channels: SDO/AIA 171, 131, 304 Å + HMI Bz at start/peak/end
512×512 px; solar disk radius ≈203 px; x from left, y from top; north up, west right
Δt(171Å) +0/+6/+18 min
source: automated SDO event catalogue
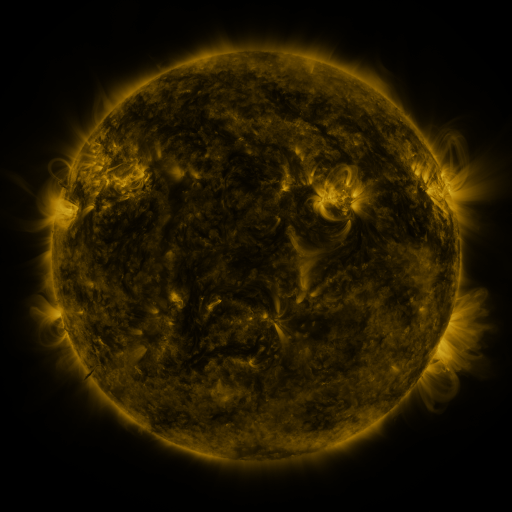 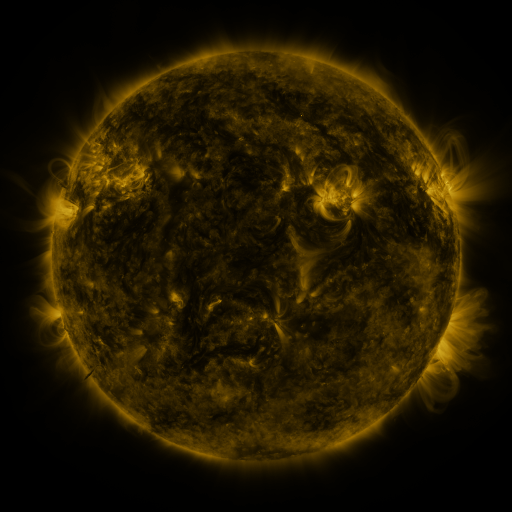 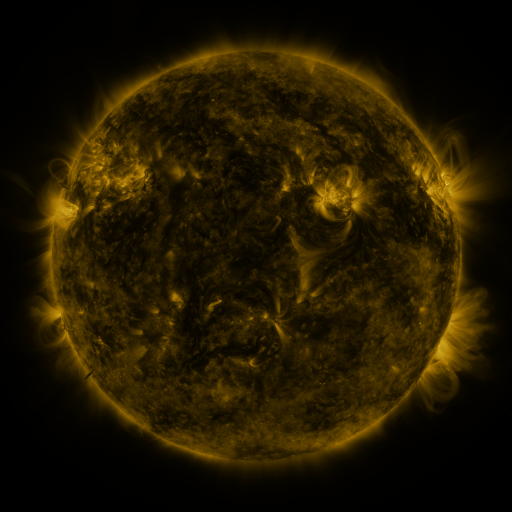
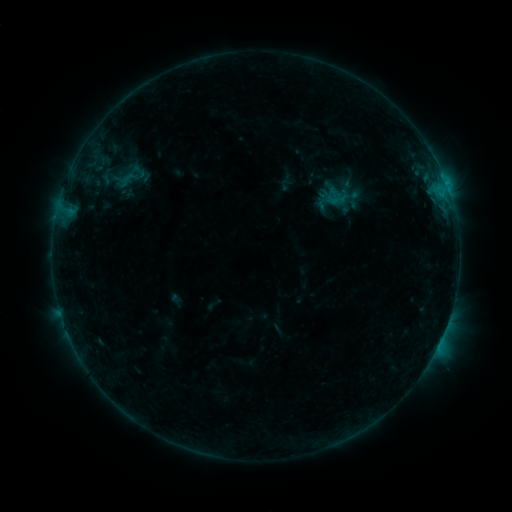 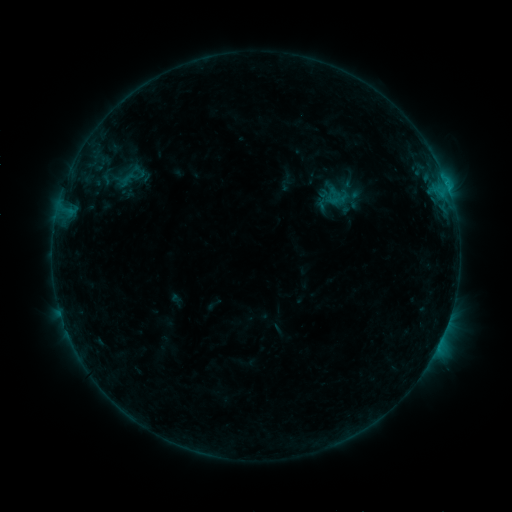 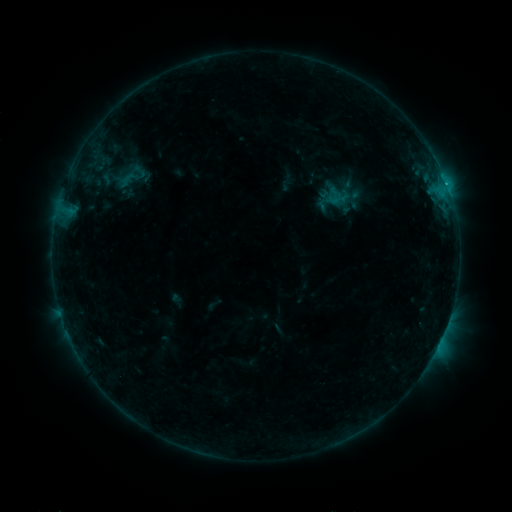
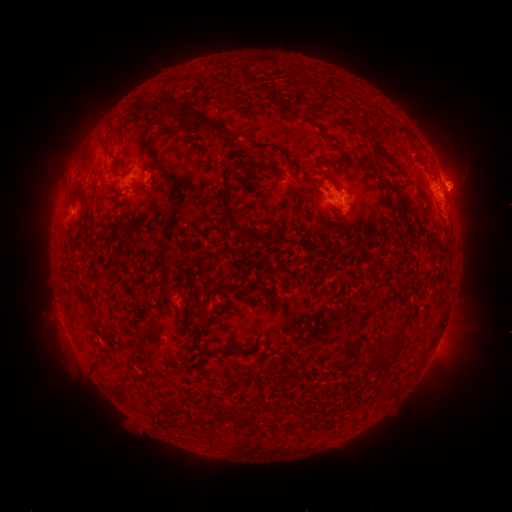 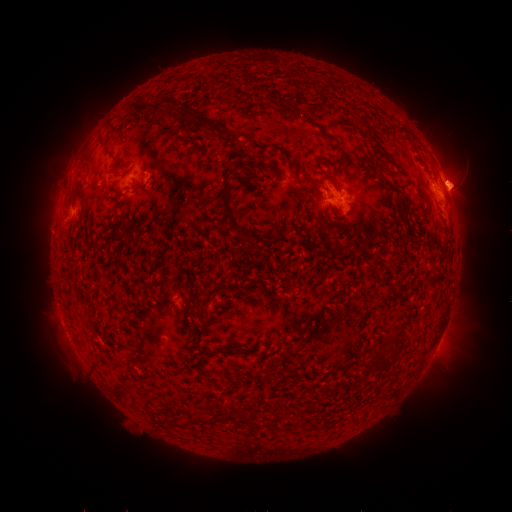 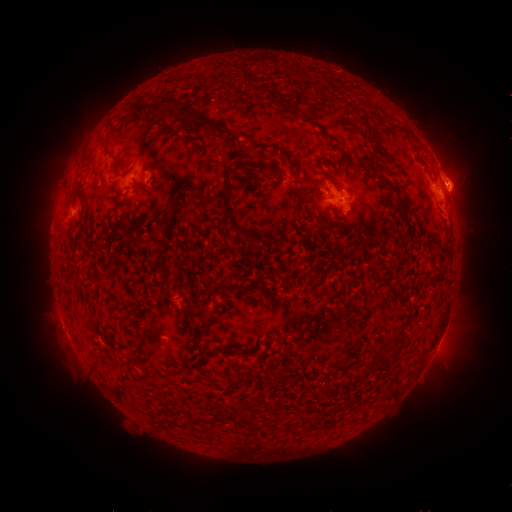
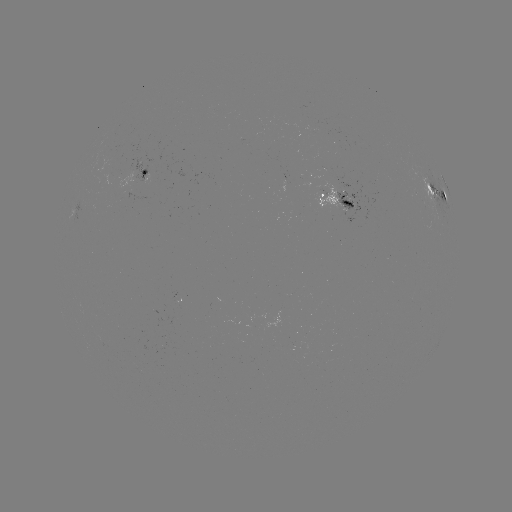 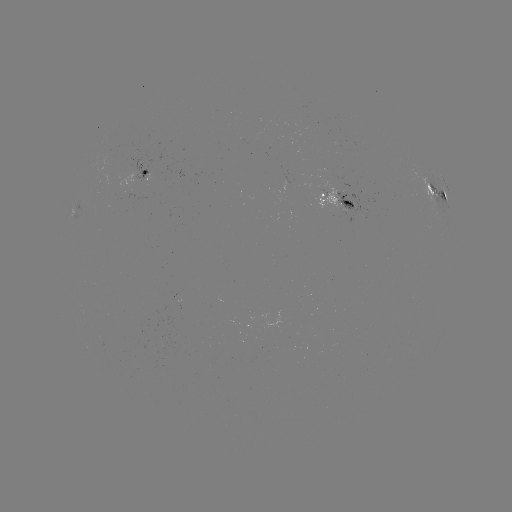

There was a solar eruption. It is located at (463, 180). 